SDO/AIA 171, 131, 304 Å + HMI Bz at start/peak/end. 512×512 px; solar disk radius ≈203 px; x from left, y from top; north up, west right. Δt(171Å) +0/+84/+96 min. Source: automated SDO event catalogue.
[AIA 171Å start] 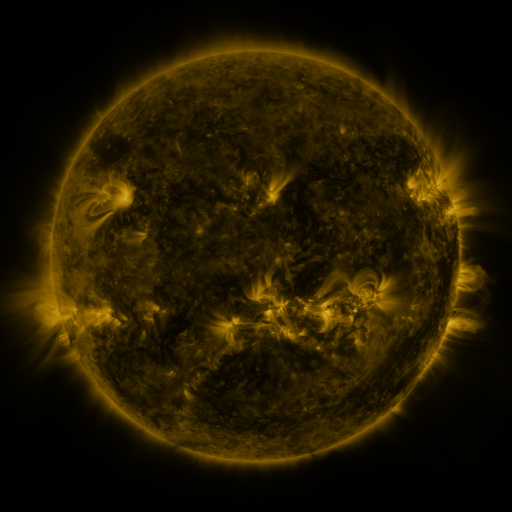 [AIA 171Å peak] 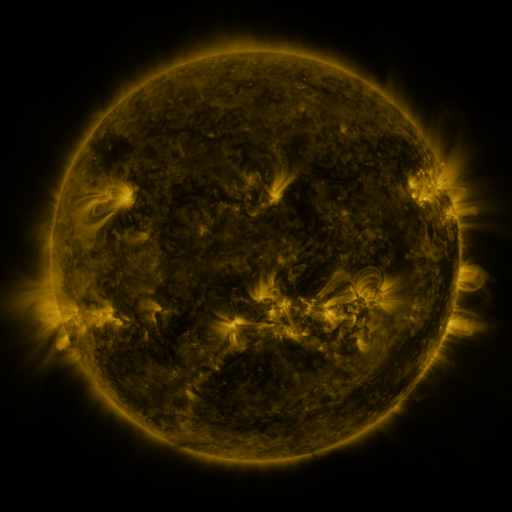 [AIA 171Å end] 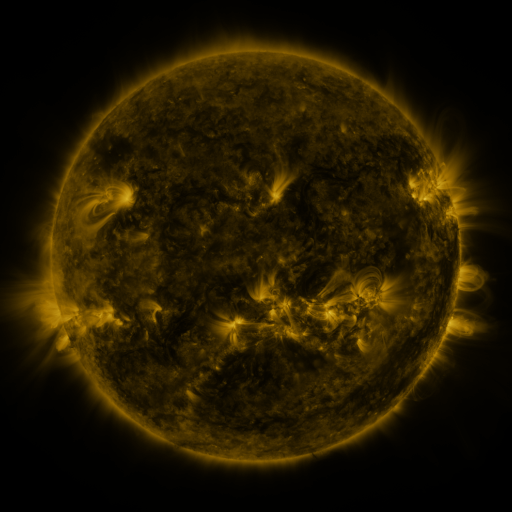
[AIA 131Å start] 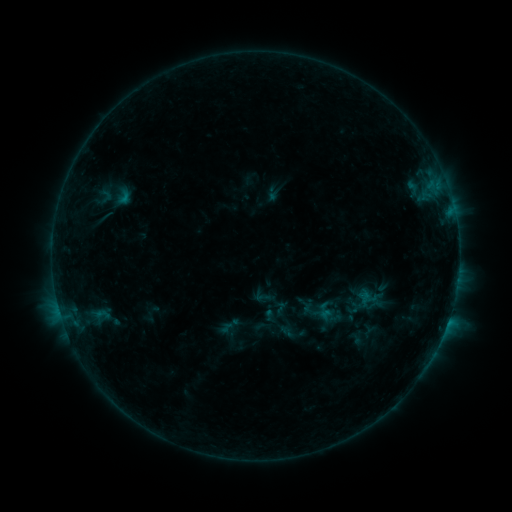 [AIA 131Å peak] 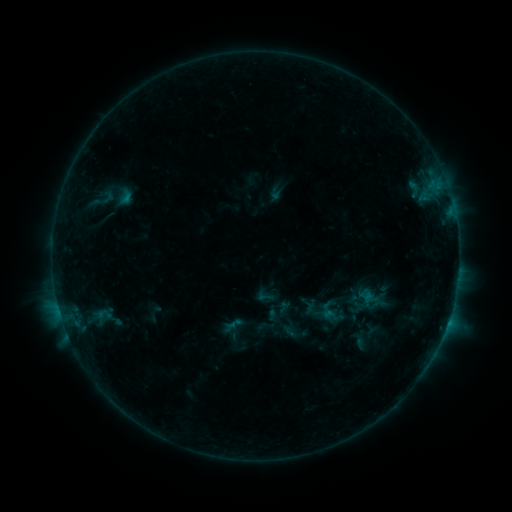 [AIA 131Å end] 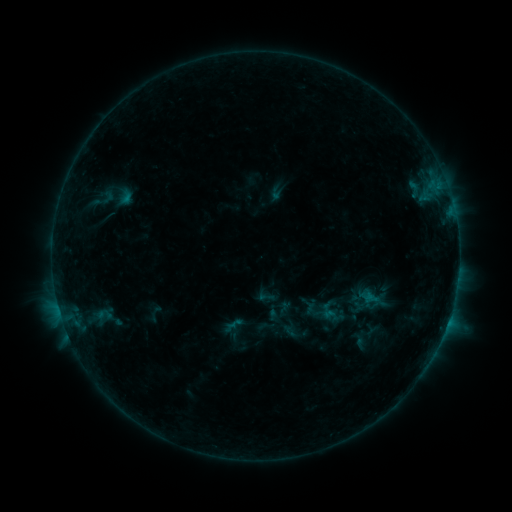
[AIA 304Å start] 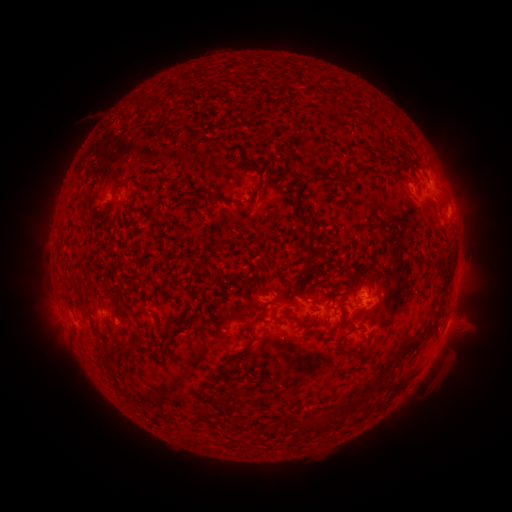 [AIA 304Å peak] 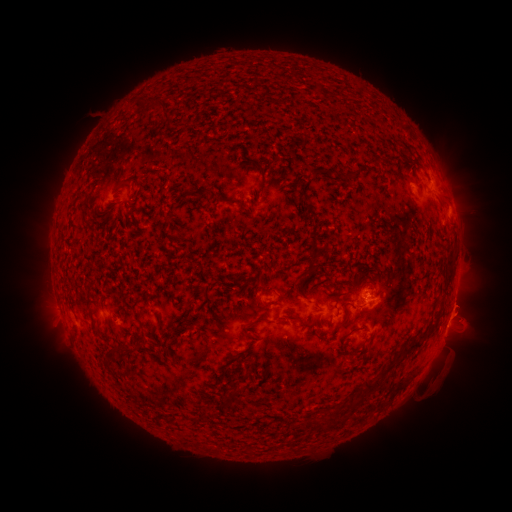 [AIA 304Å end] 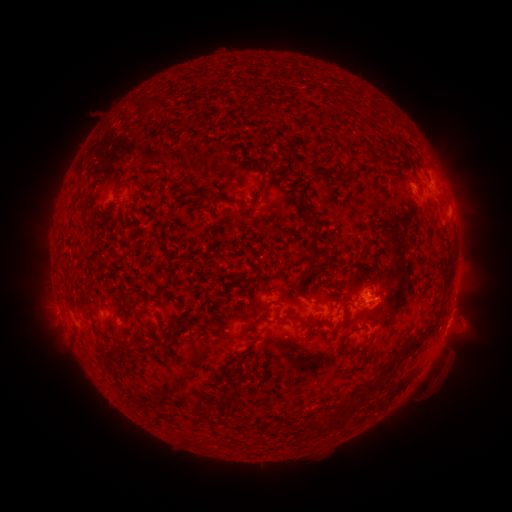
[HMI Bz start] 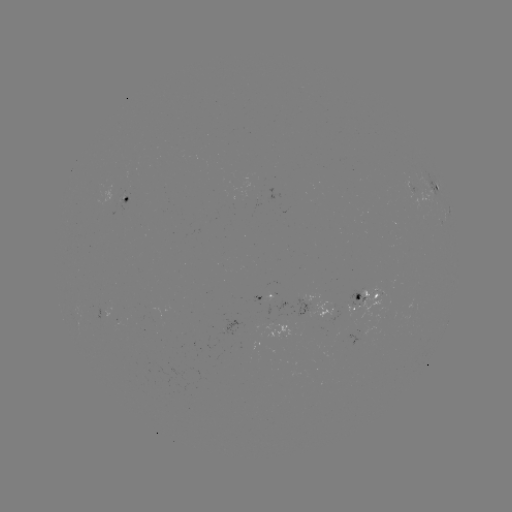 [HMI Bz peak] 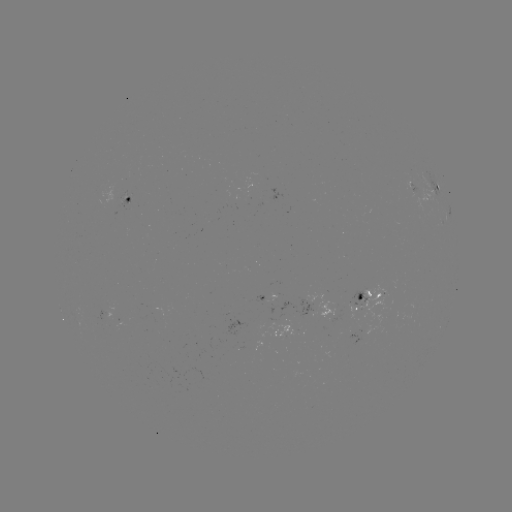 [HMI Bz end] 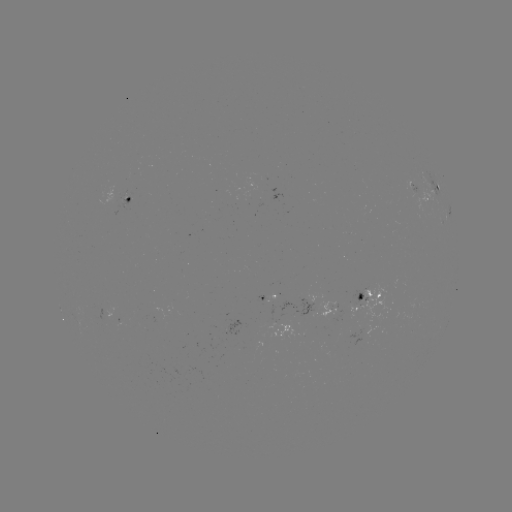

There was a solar emerging-flux region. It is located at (413, 185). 